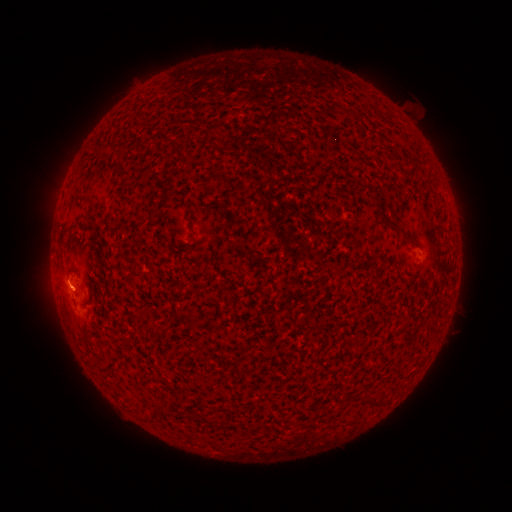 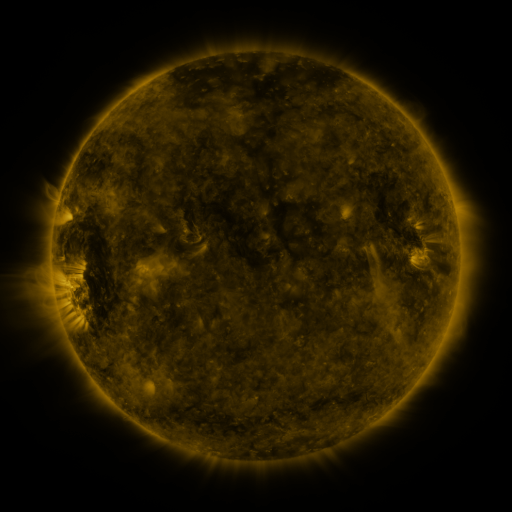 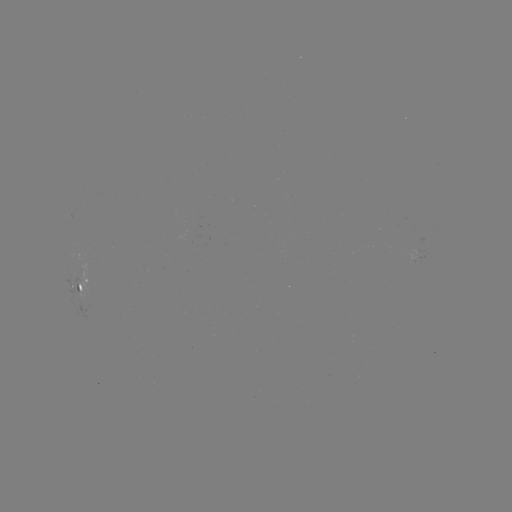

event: spotted active region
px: (83, 284)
